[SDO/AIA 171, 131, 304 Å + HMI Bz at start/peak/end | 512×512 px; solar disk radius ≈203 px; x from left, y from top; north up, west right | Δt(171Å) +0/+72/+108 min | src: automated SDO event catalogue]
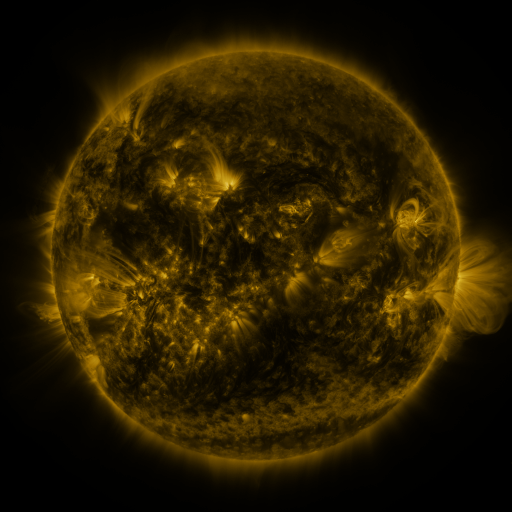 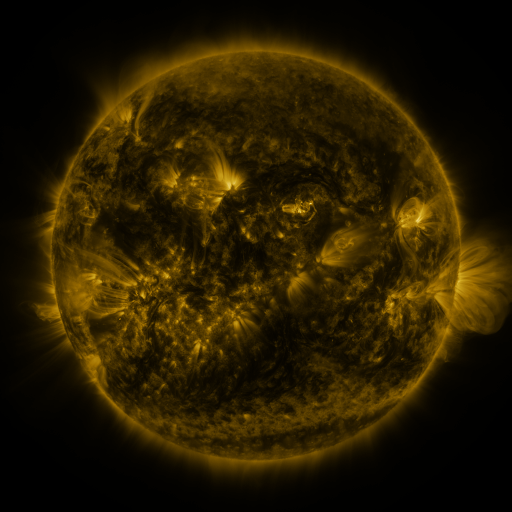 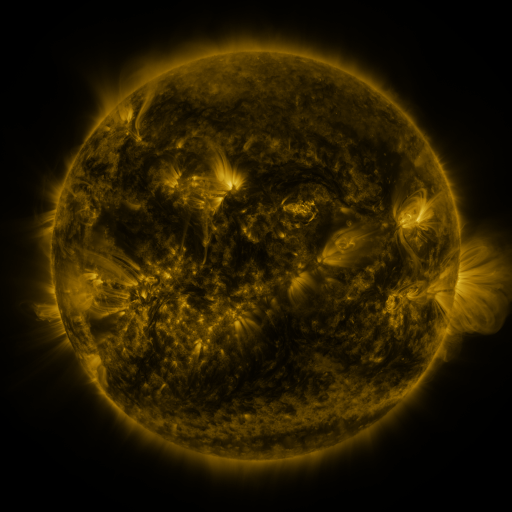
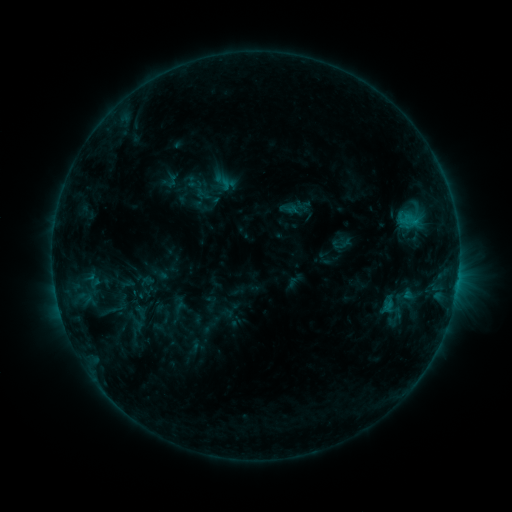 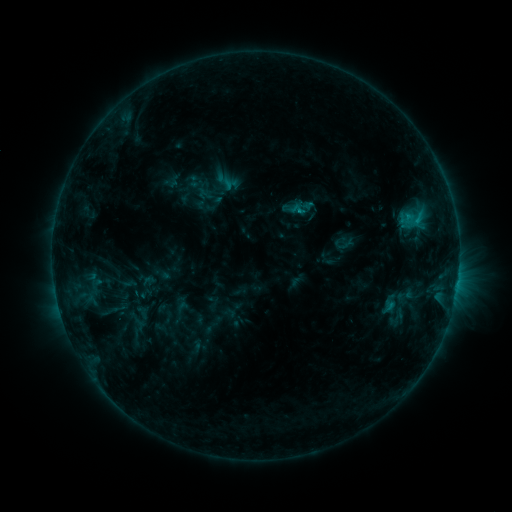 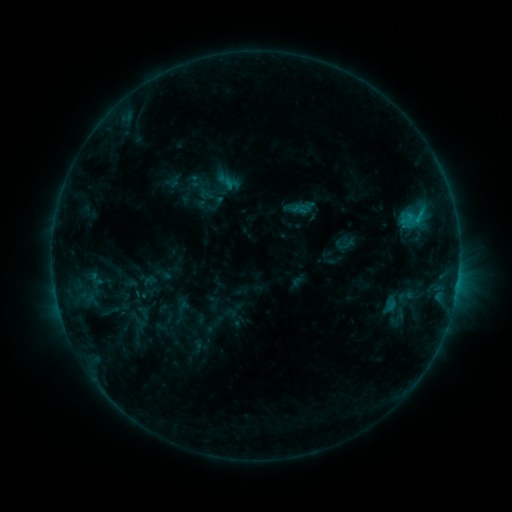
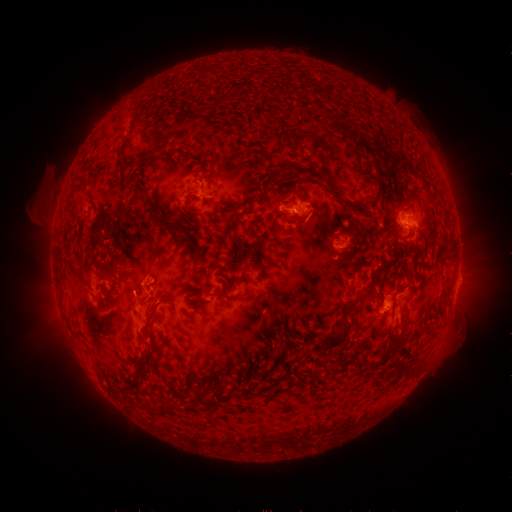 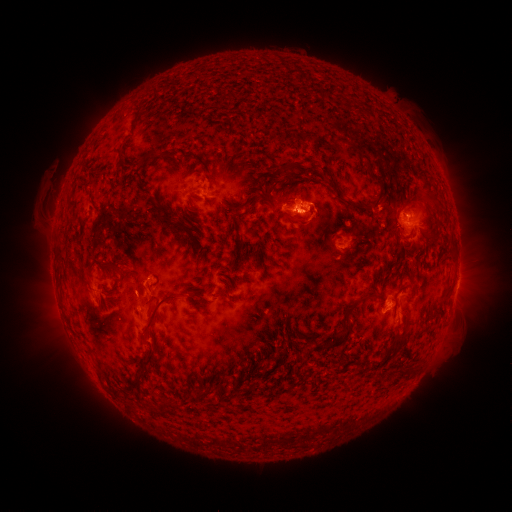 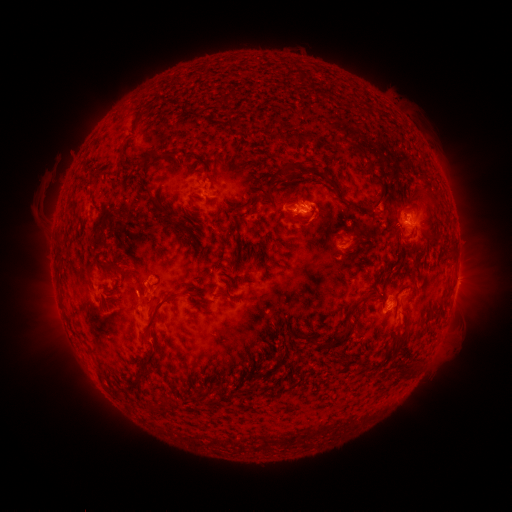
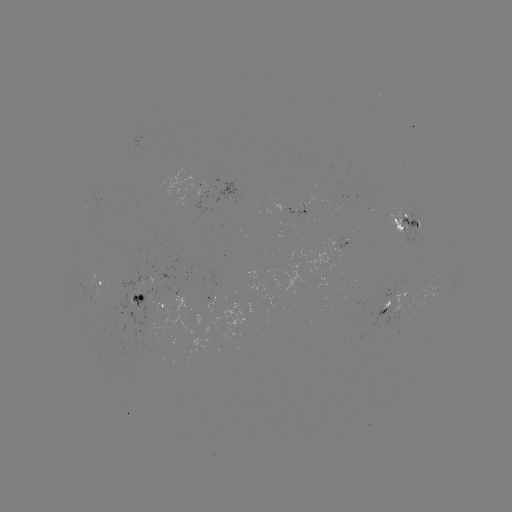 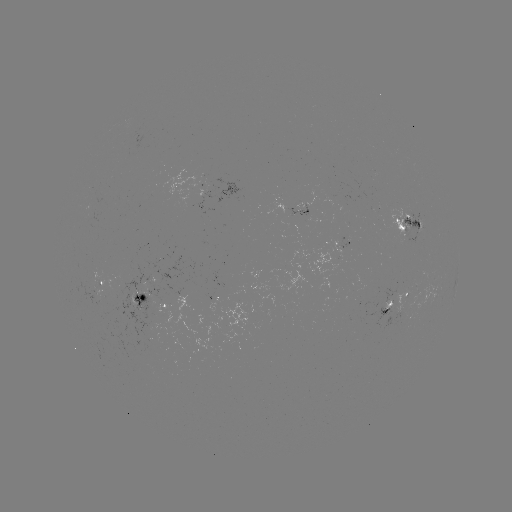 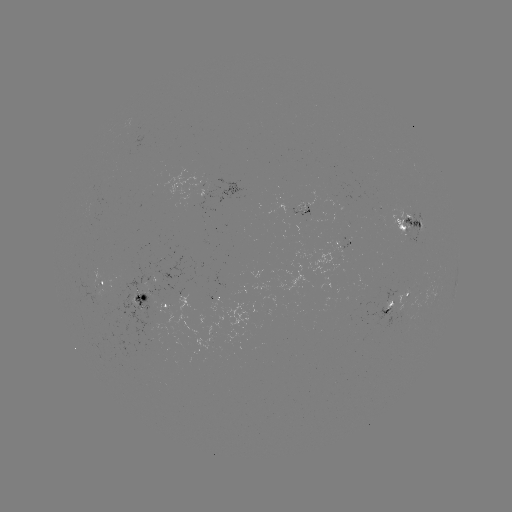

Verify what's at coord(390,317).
emerging-flux region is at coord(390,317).